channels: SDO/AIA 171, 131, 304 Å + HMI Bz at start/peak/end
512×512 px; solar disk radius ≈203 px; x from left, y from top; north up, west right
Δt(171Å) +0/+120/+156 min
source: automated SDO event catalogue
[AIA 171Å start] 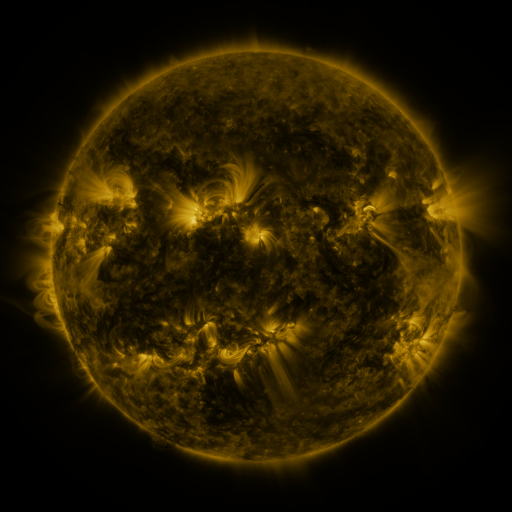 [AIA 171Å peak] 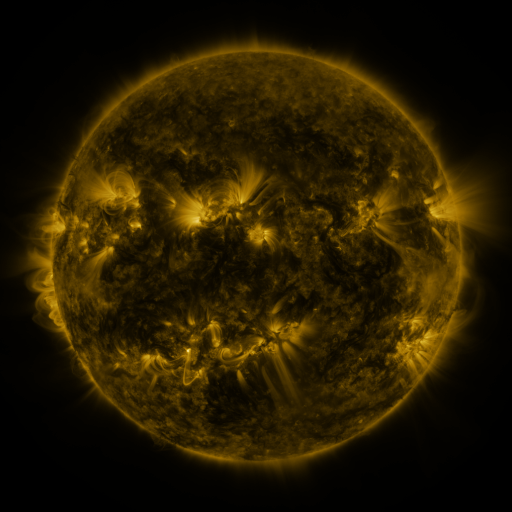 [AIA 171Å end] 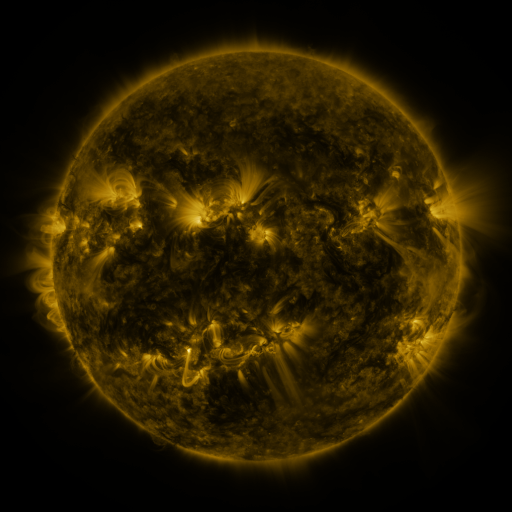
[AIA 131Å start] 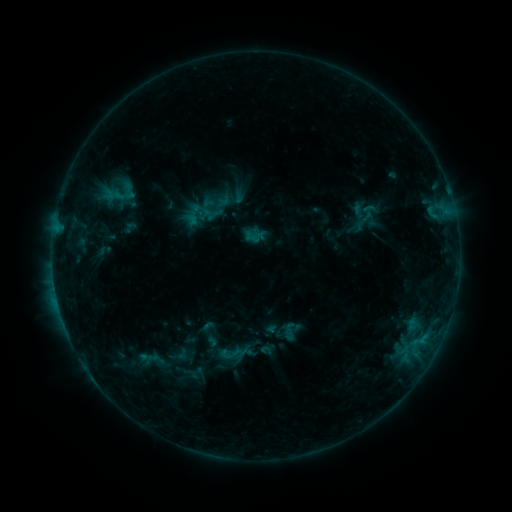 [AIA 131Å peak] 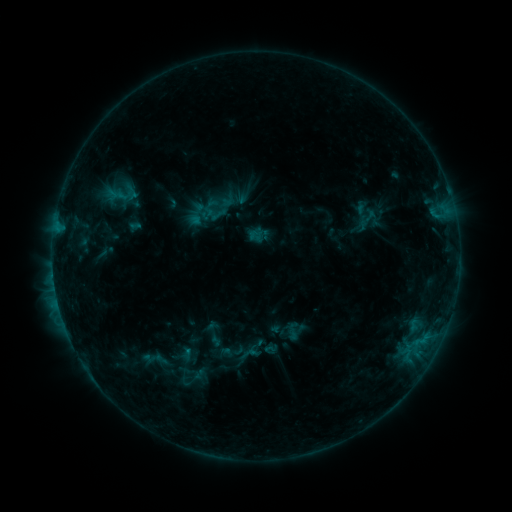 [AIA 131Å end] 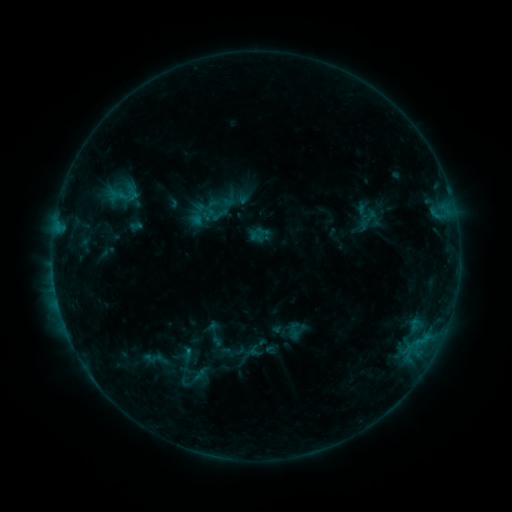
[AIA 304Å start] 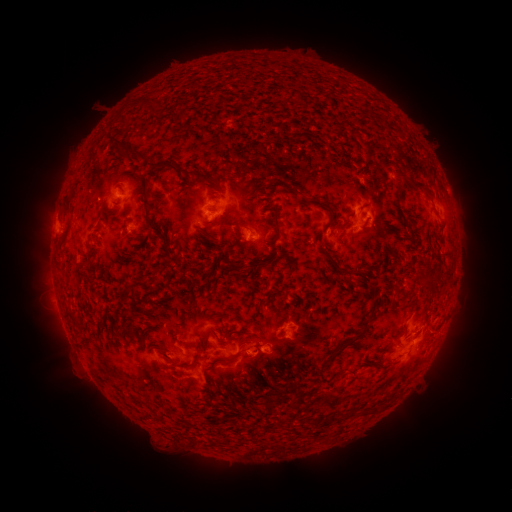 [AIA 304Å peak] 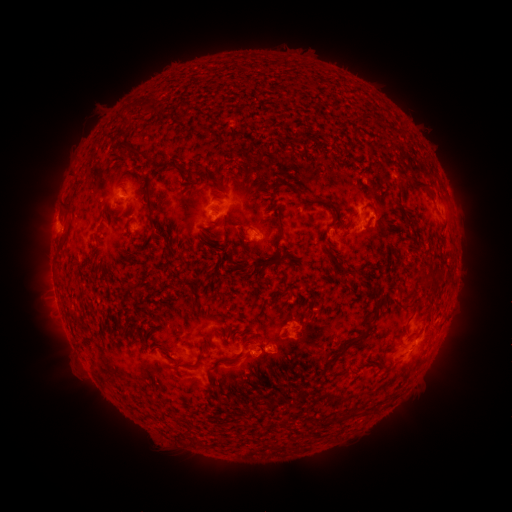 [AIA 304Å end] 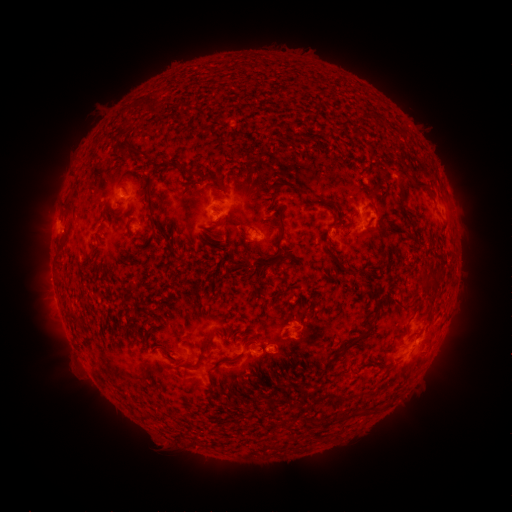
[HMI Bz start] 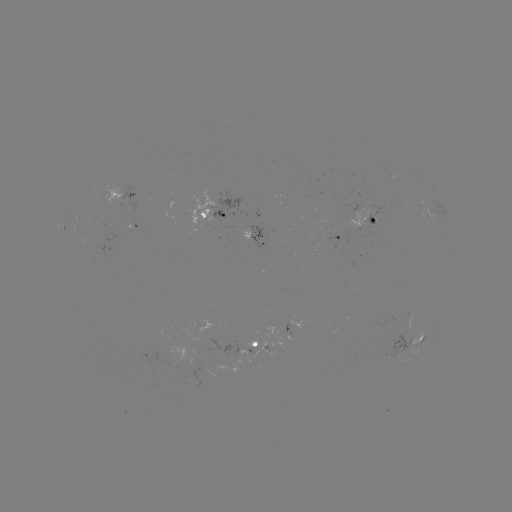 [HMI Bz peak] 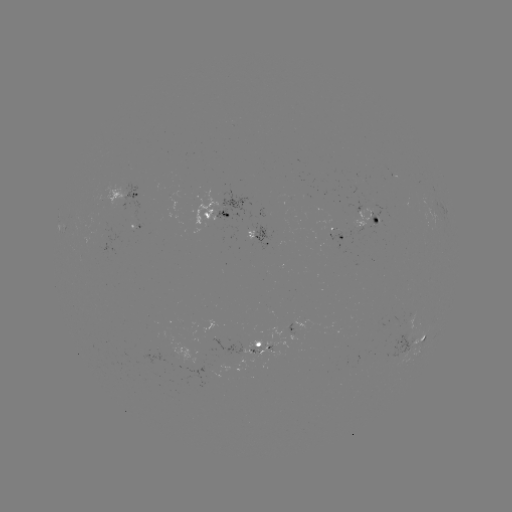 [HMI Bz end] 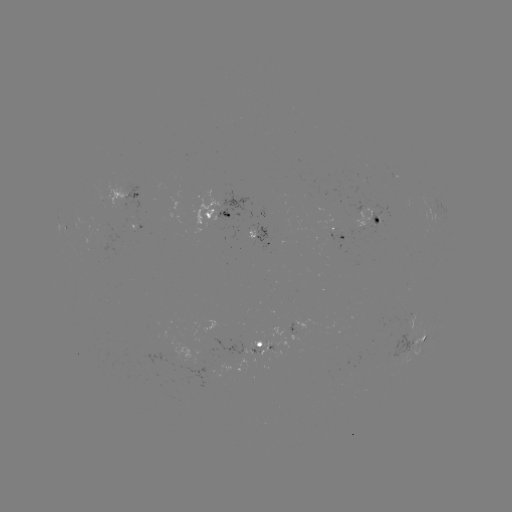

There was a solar emerging-flux region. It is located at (255, 354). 